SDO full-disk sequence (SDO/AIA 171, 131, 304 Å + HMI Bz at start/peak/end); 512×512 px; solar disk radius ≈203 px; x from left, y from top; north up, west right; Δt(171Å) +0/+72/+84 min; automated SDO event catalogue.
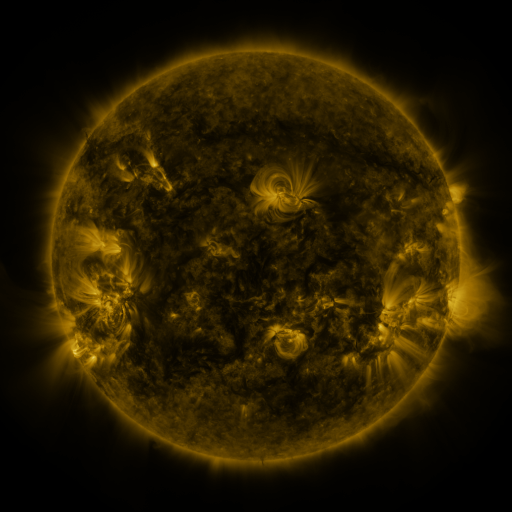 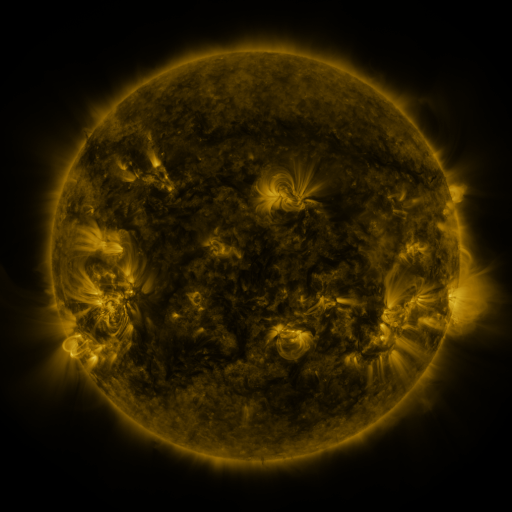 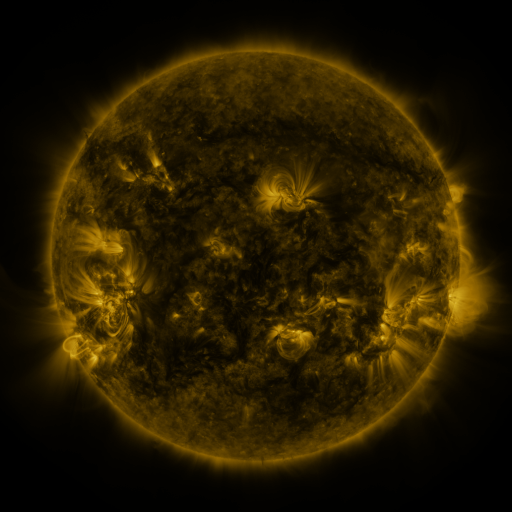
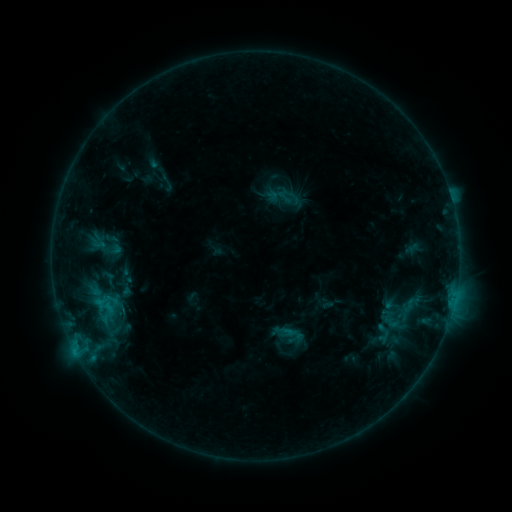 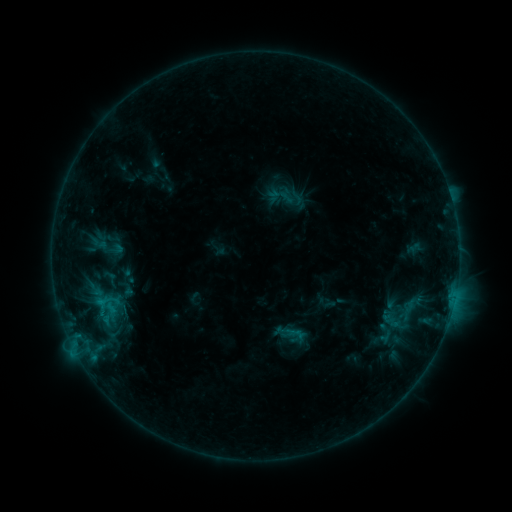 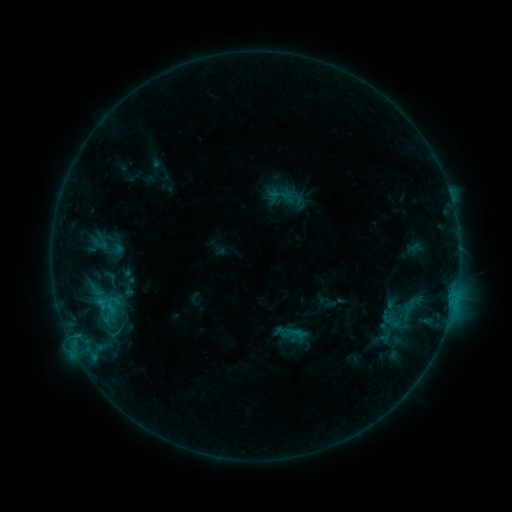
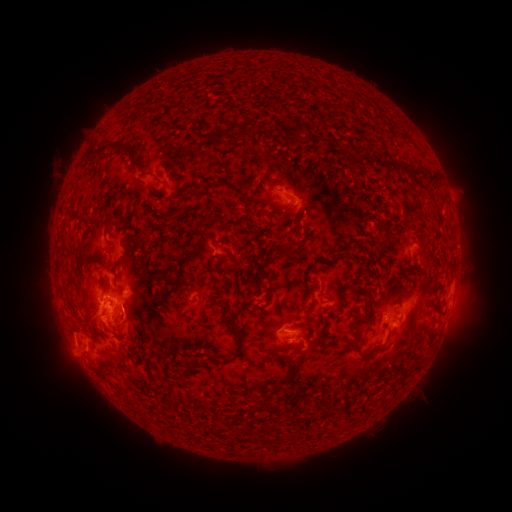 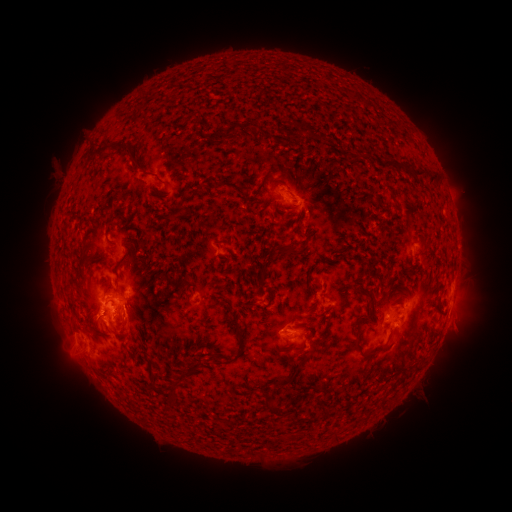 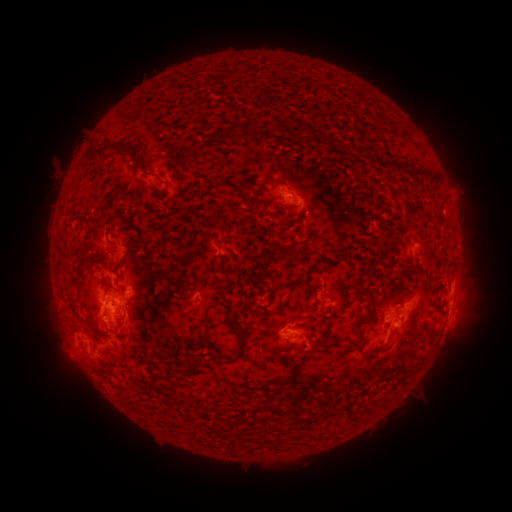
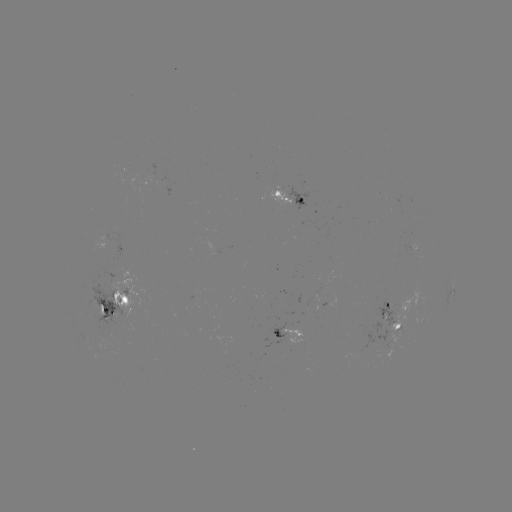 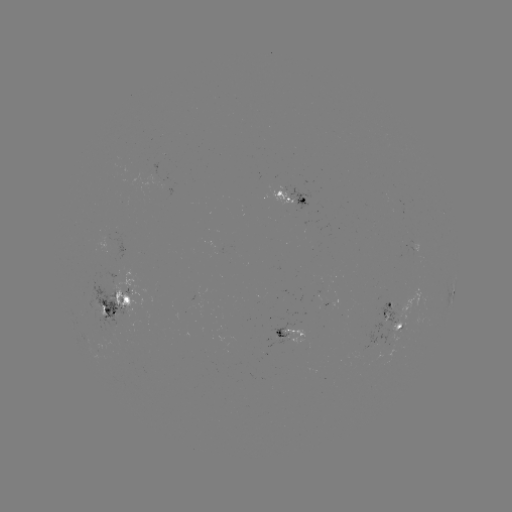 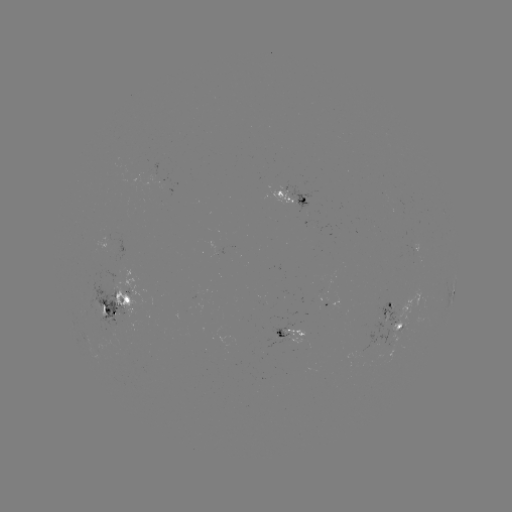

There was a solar emerging-flux region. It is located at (299, 336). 